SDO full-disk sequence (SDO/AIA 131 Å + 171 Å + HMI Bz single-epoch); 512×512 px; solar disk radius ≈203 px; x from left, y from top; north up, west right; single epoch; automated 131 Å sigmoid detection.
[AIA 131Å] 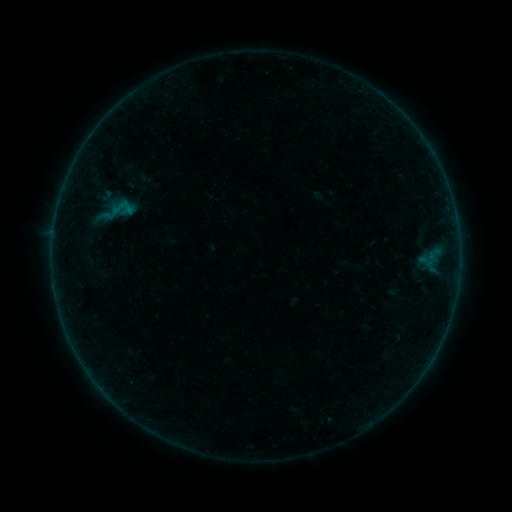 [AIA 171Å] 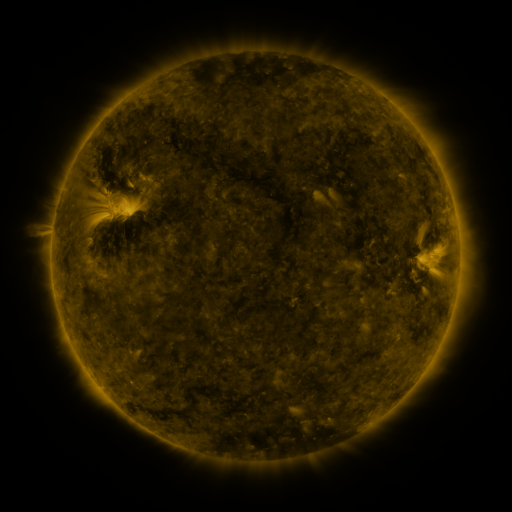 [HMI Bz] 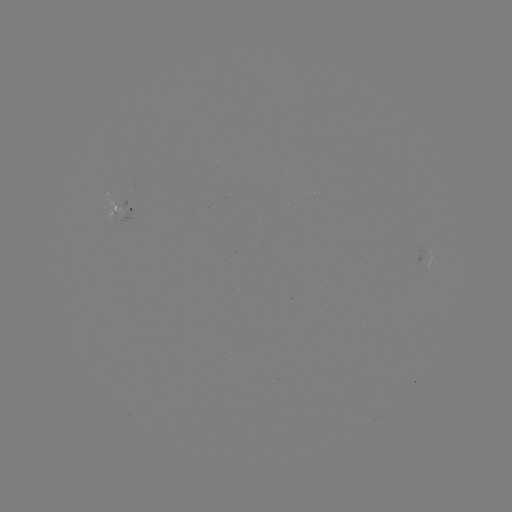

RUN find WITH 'sigmoid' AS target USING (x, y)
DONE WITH (116, 211) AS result